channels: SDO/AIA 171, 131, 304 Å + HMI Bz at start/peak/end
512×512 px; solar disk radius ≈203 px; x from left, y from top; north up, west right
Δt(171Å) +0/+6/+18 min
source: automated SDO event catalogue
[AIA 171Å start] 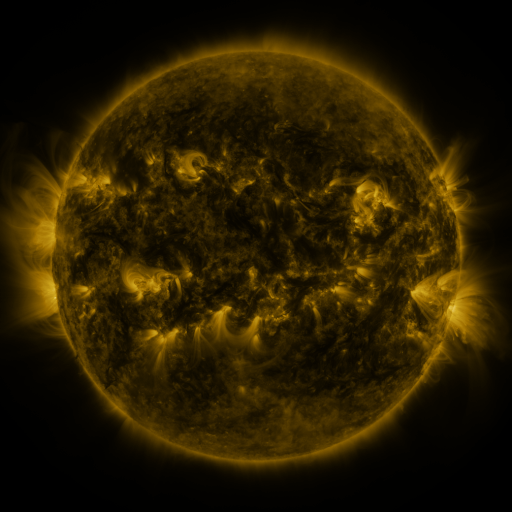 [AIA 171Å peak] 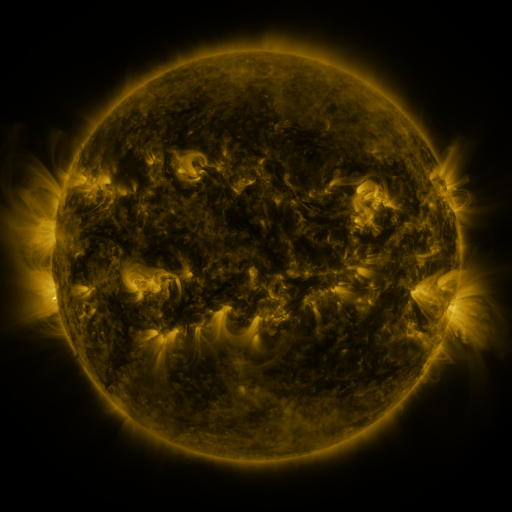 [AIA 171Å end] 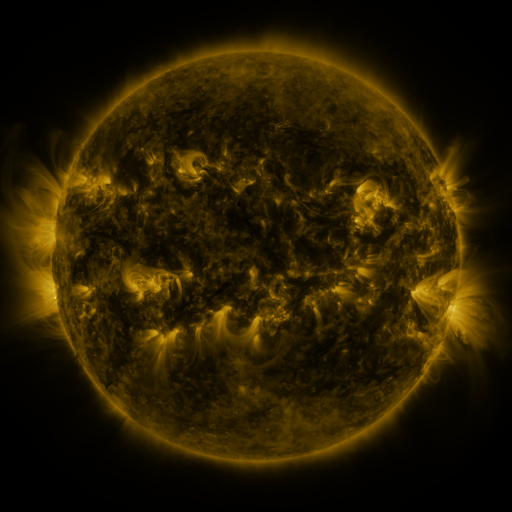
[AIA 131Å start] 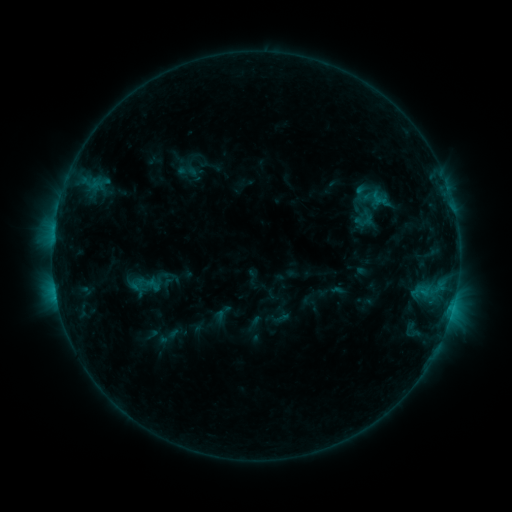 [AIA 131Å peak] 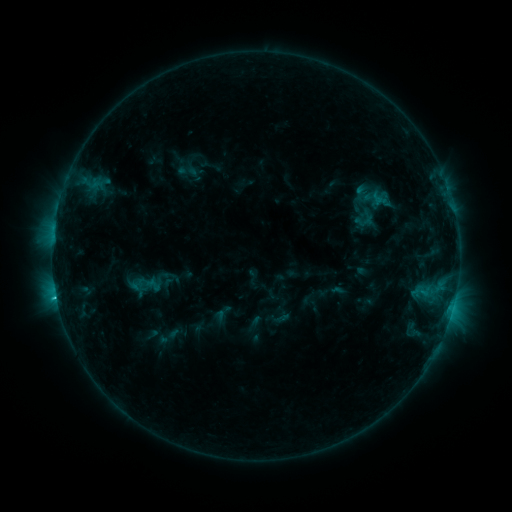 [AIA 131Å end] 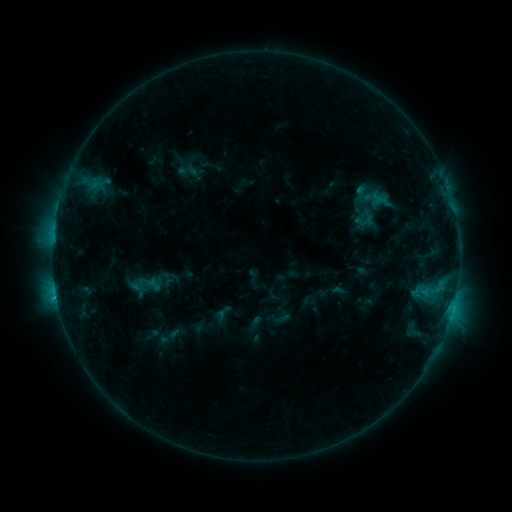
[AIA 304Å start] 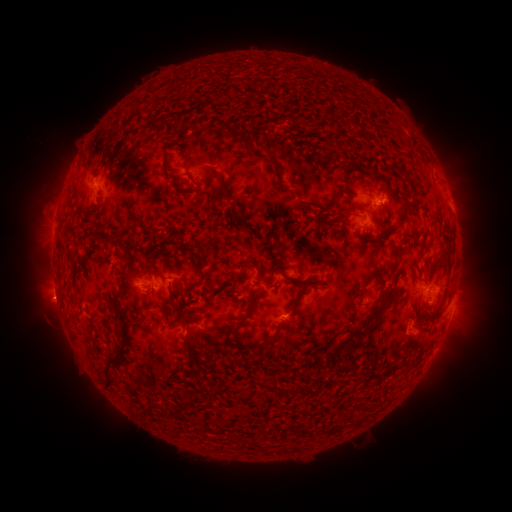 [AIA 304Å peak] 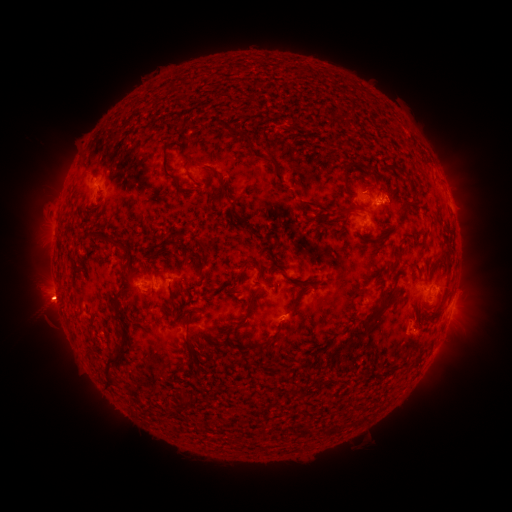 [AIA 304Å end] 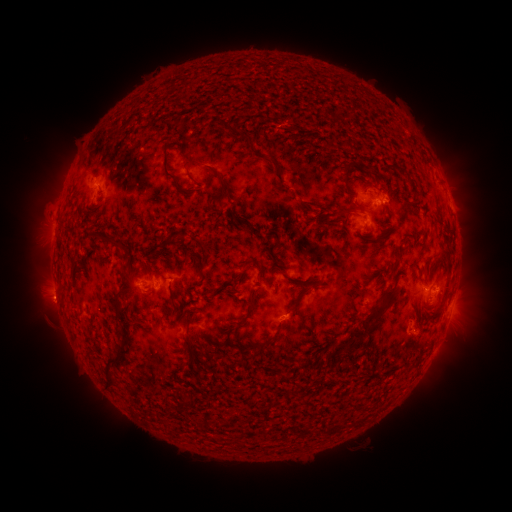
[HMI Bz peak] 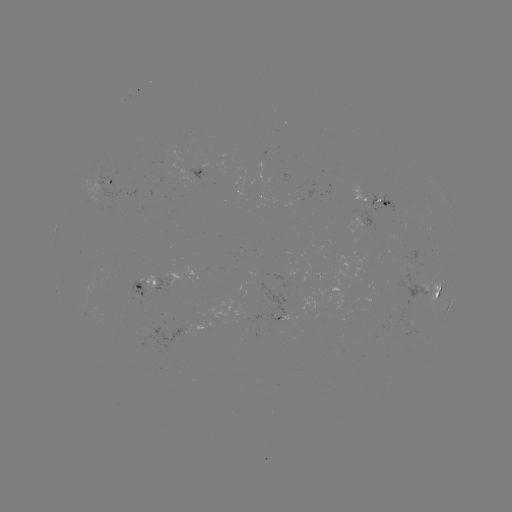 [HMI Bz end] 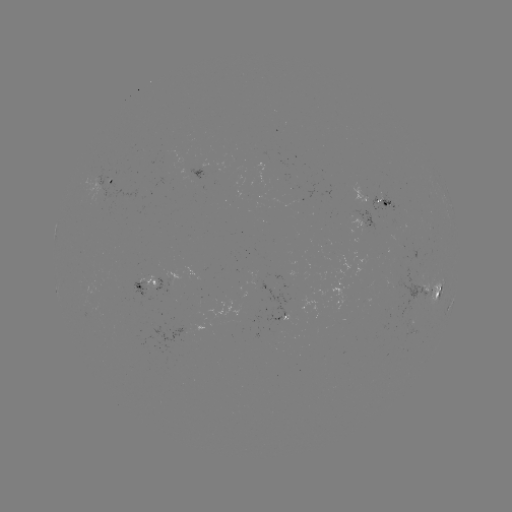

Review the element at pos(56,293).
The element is C1.3 flare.